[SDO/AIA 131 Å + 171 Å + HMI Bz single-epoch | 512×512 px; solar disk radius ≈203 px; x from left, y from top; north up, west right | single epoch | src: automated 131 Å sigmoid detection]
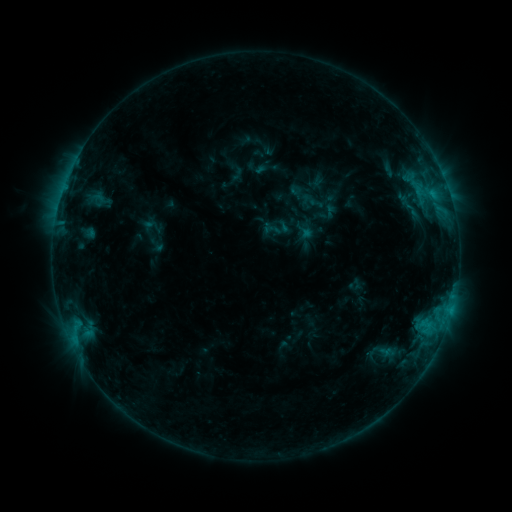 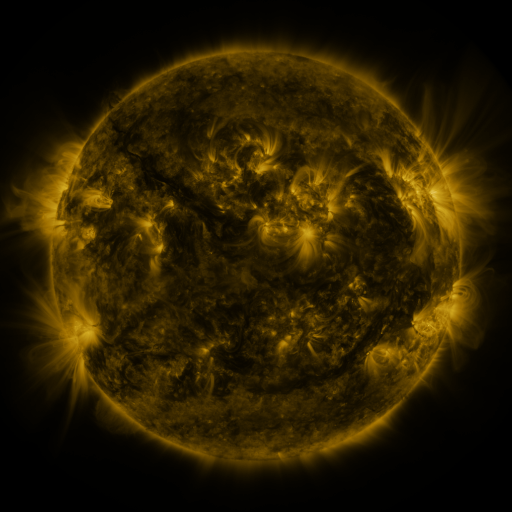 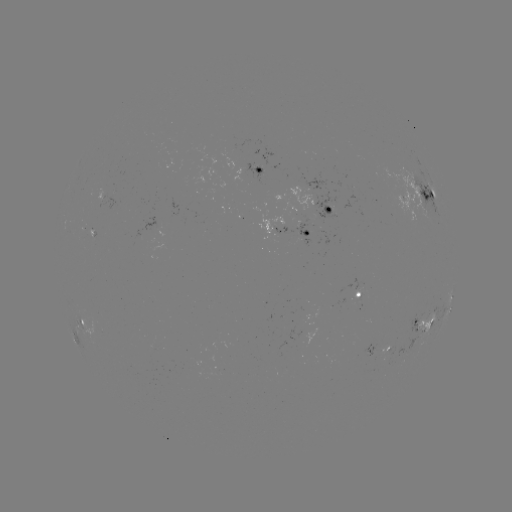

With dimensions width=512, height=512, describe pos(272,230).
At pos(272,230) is sigmoid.